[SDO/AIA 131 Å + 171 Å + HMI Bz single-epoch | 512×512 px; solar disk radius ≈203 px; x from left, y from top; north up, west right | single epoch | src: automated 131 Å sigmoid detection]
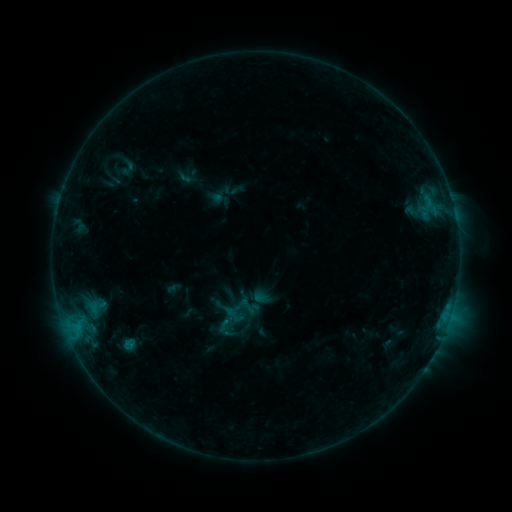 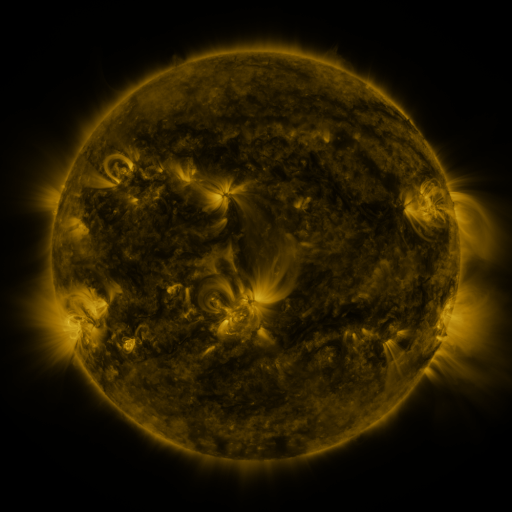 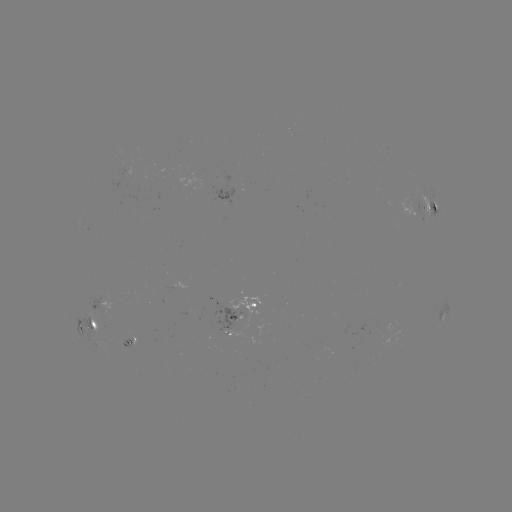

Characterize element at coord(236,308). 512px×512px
sigmoid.